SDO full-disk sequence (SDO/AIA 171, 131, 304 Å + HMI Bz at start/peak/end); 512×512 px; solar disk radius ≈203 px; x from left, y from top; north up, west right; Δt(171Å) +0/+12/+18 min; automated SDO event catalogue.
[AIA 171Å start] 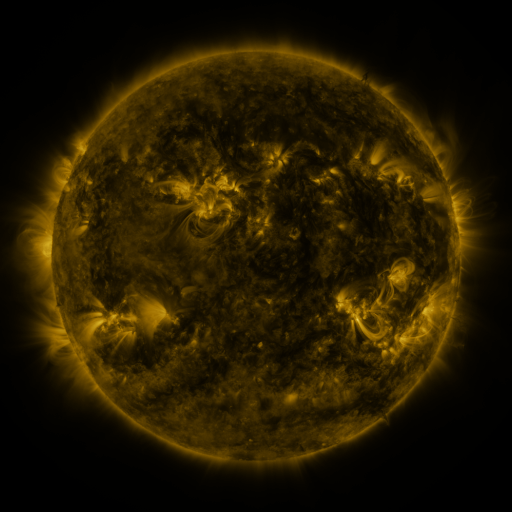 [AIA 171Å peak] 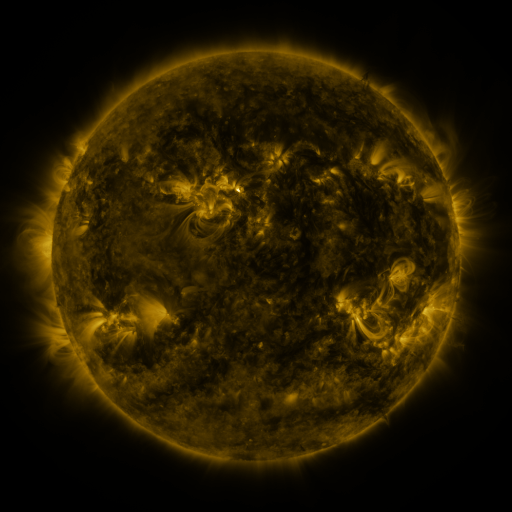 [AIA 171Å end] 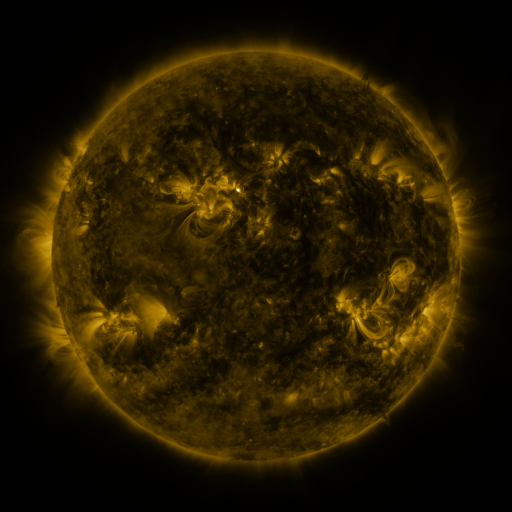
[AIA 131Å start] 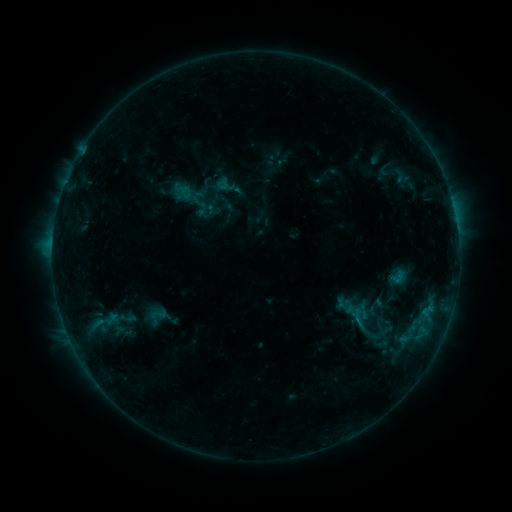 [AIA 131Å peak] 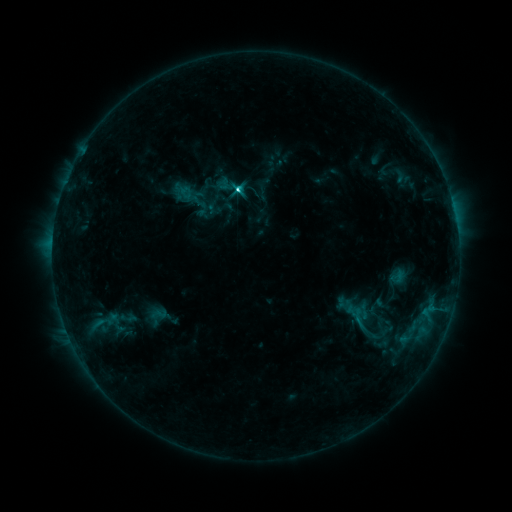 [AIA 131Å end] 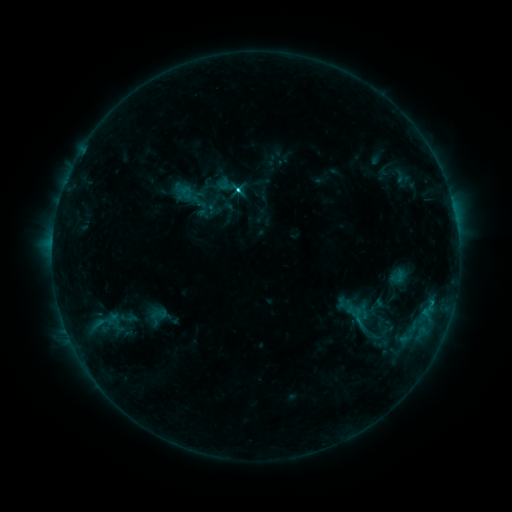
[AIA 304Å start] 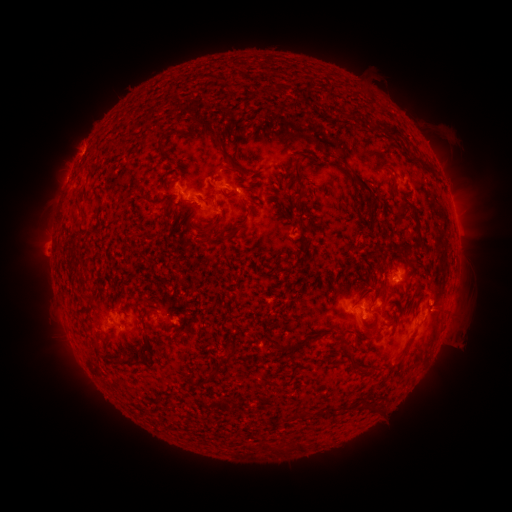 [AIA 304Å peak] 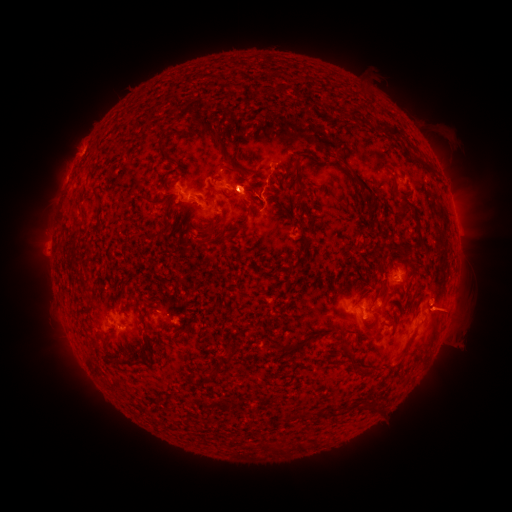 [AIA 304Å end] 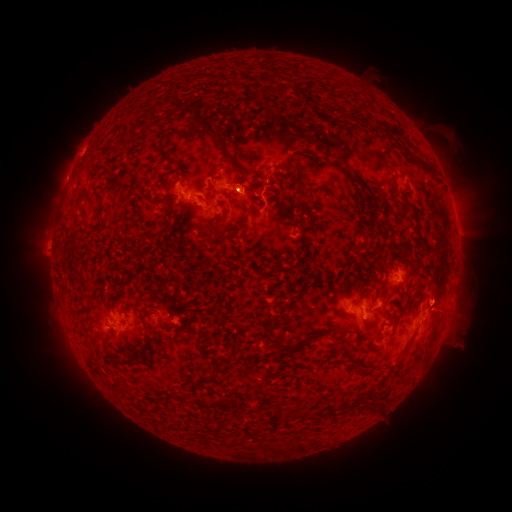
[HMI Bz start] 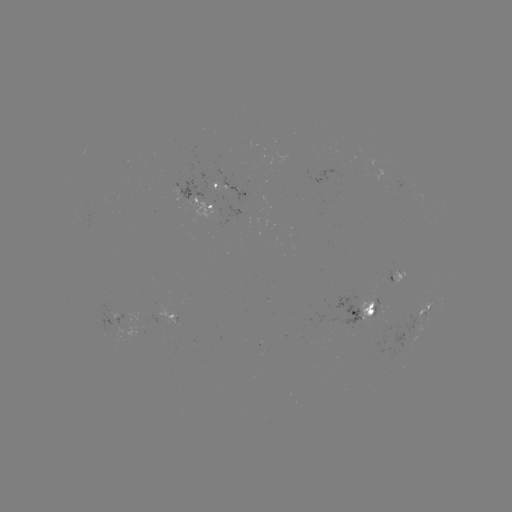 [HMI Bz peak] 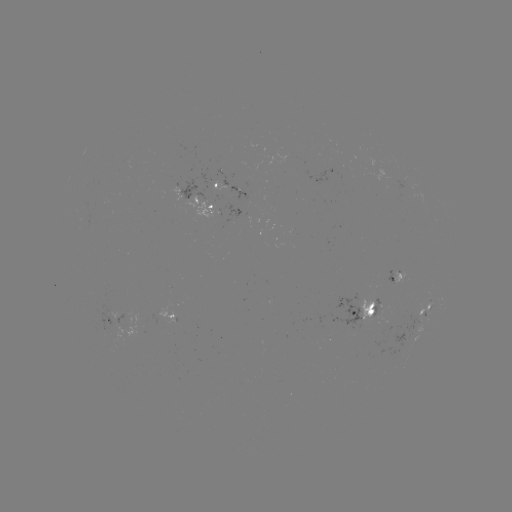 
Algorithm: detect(C2.9 flare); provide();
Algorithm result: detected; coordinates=[242, 191]